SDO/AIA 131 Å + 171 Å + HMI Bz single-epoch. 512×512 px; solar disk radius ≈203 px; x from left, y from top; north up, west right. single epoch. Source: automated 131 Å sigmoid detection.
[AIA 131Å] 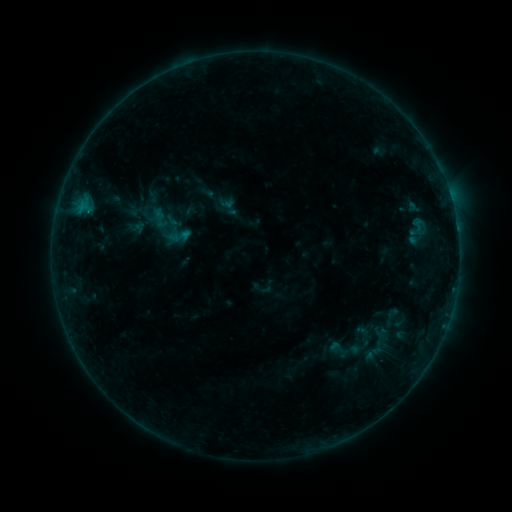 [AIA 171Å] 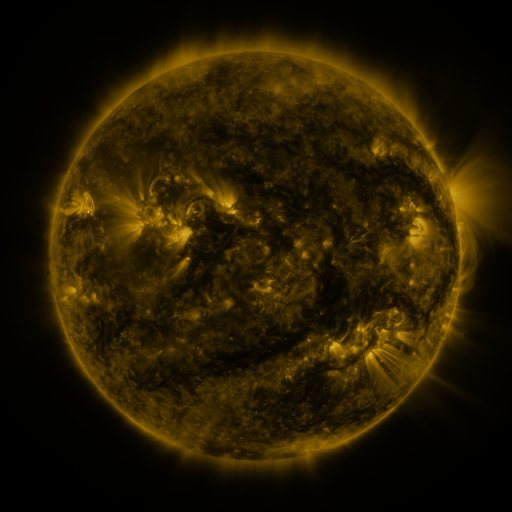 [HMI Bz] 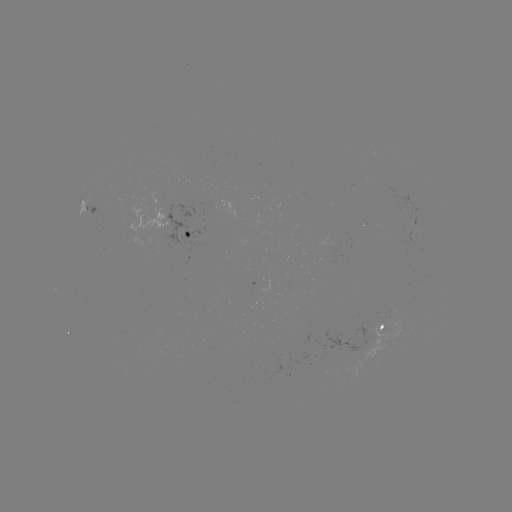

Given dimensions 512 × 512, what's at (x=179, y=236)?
sigmoid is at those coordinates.